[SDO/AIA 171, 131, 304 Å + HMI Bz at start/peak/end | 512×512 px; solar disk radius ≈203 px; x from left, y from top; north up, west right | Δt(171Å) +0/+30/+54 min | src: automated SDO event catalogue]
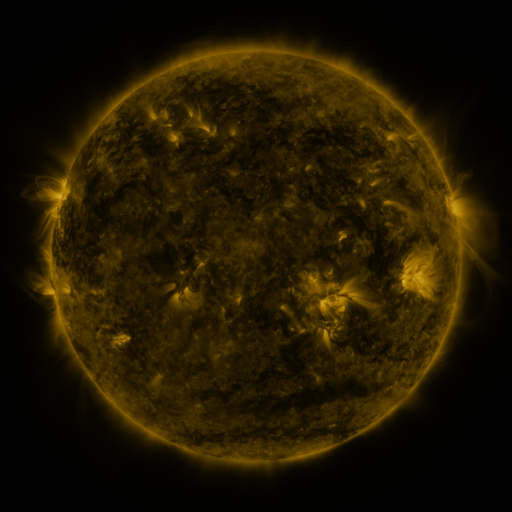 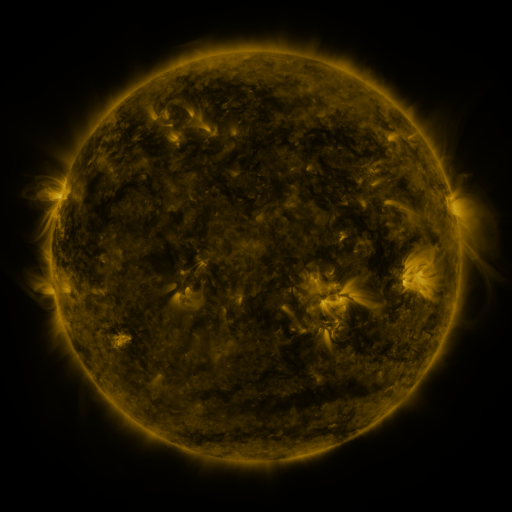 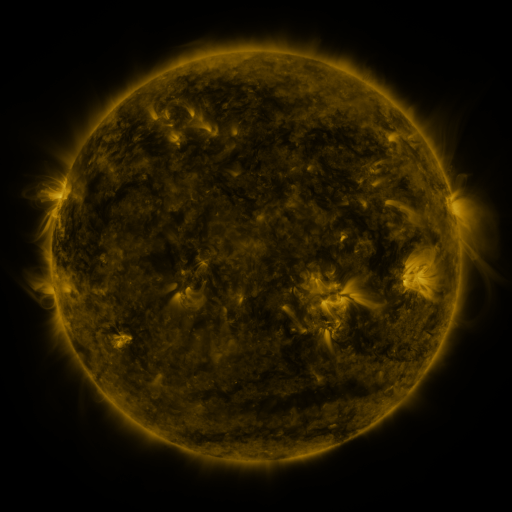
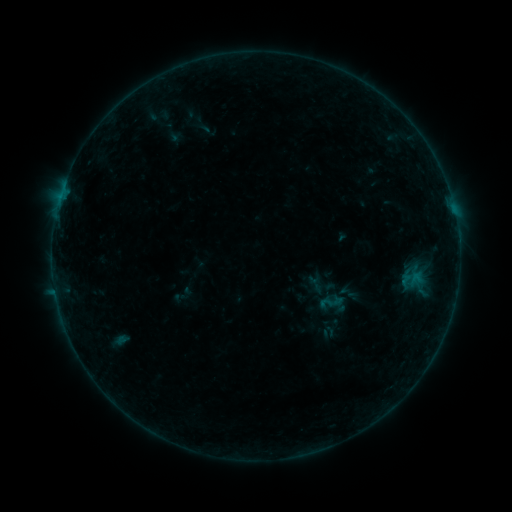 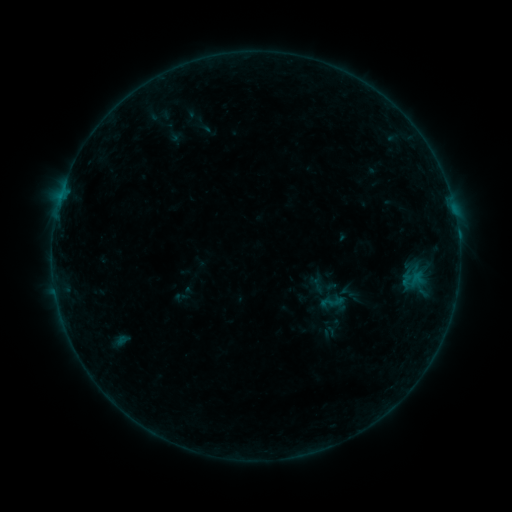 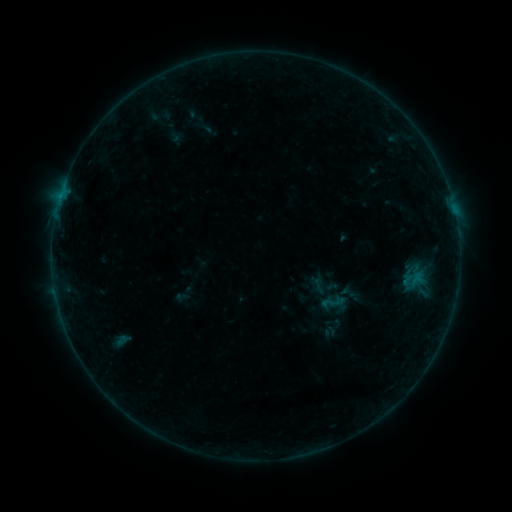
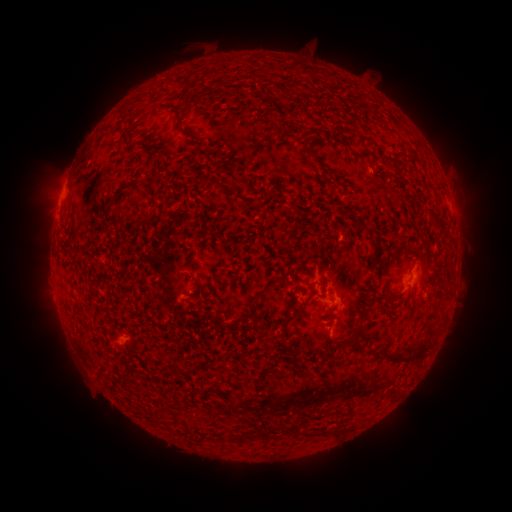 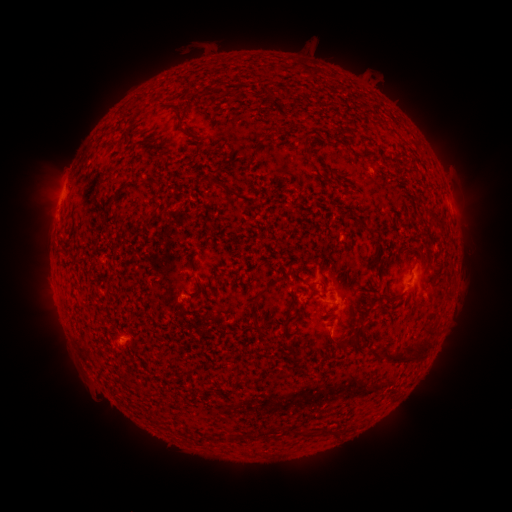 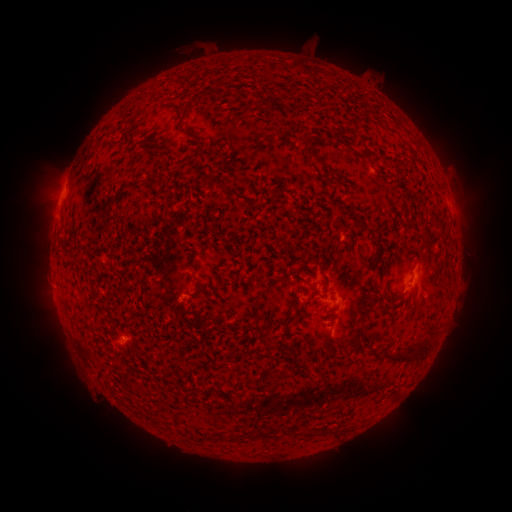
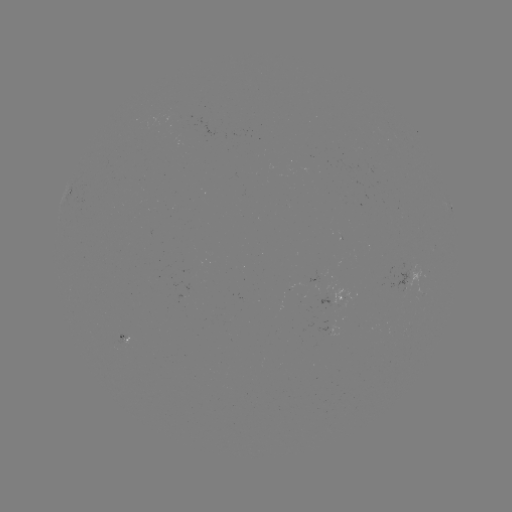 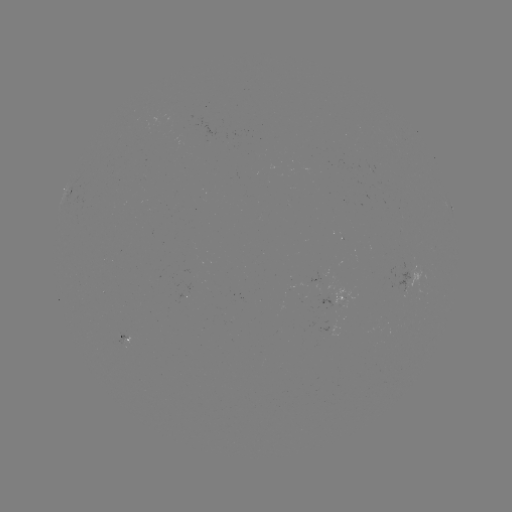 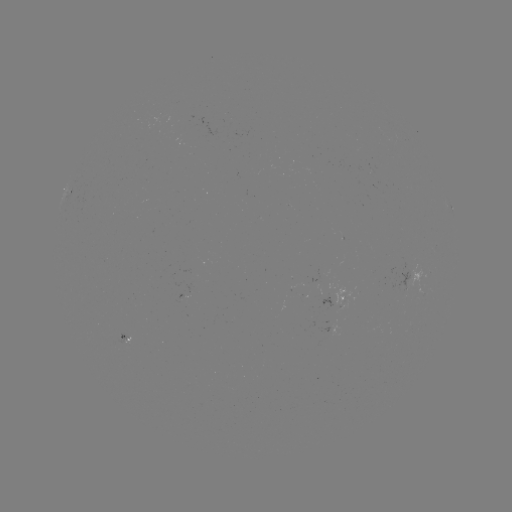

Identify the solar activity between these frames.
B2.9 flare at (458, 237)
